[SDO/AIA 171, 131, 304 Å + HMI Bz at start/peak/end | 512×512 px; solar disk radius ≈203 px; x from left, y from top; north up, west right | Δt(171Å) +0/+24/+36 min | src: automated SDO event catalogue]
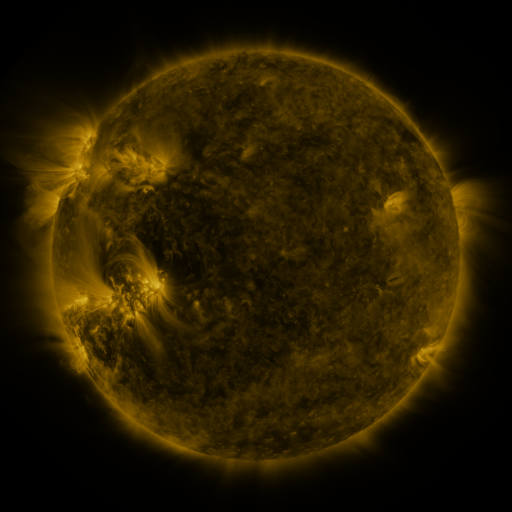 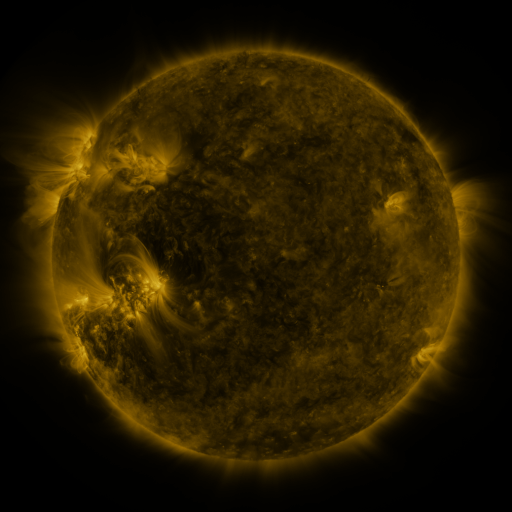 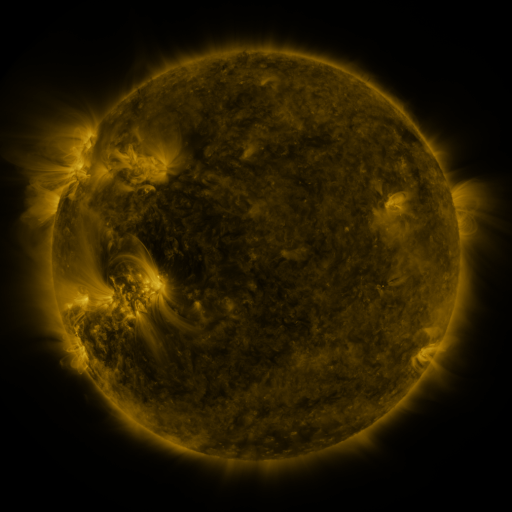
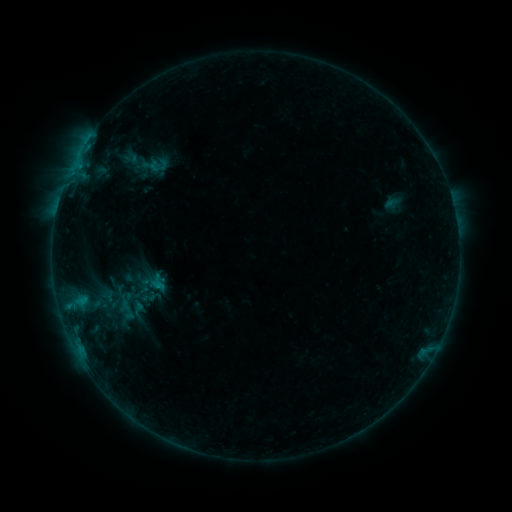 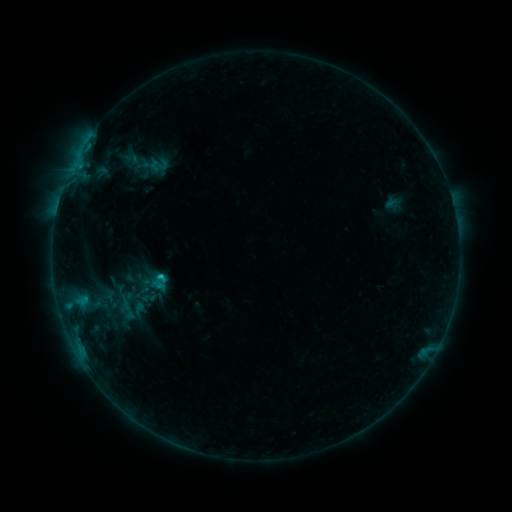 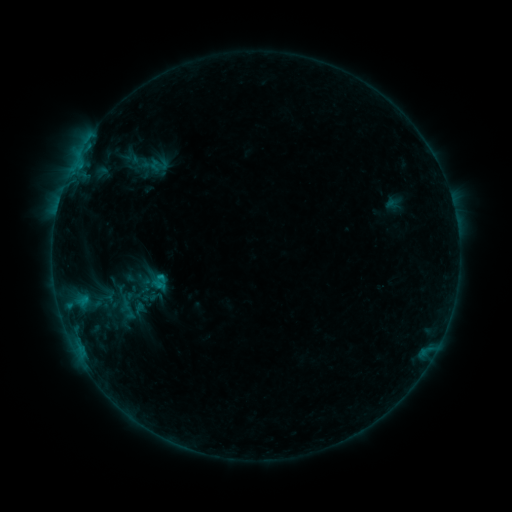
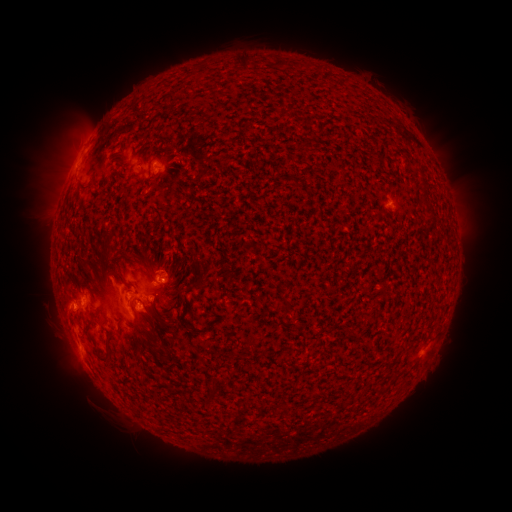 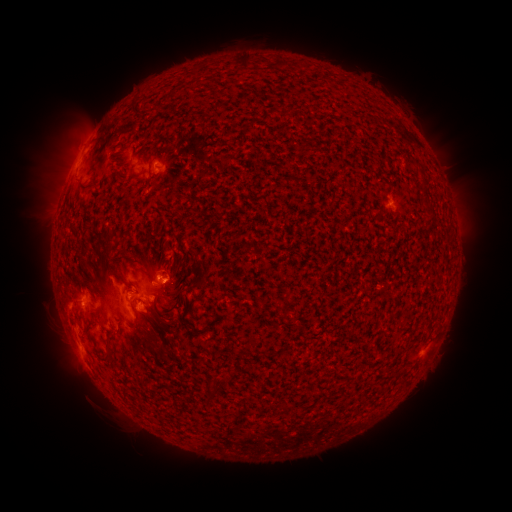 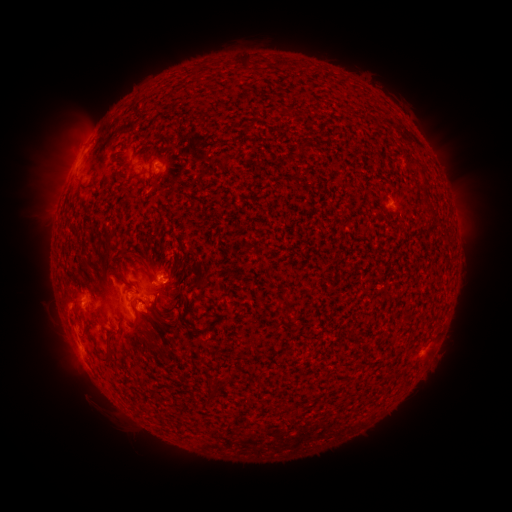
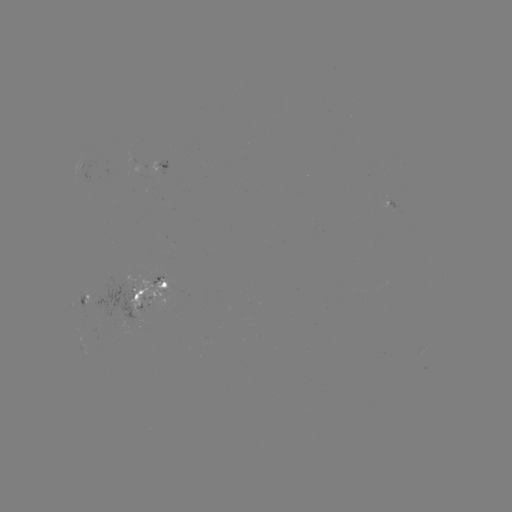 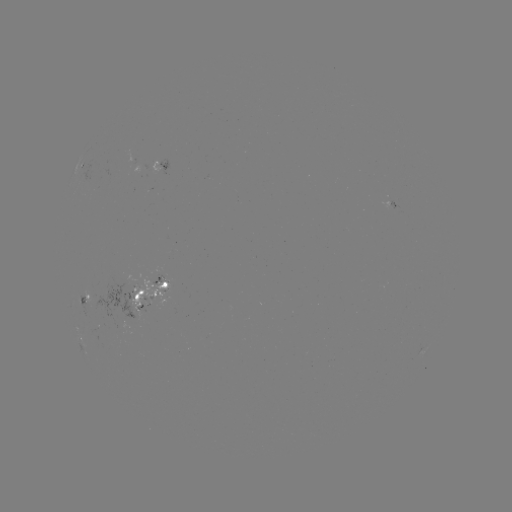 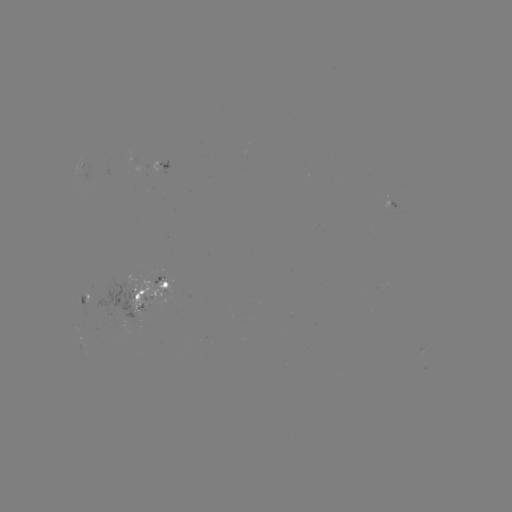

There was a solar flare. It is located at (161, 273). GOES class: C1.0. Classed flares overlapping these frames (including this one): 1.